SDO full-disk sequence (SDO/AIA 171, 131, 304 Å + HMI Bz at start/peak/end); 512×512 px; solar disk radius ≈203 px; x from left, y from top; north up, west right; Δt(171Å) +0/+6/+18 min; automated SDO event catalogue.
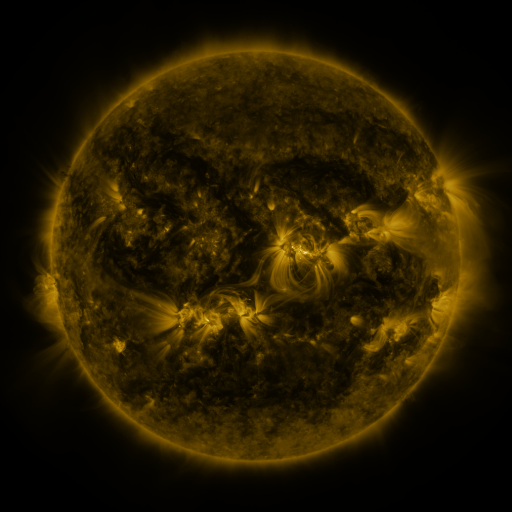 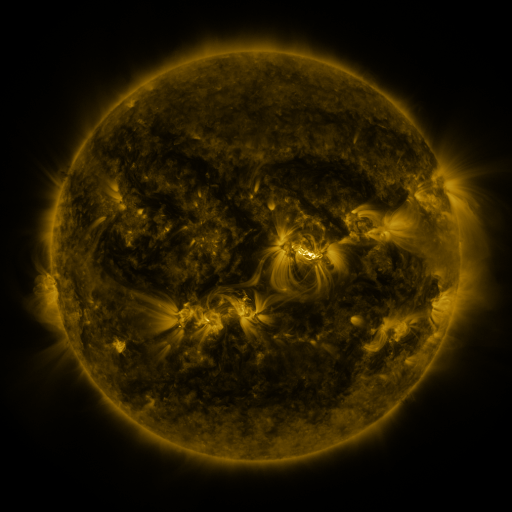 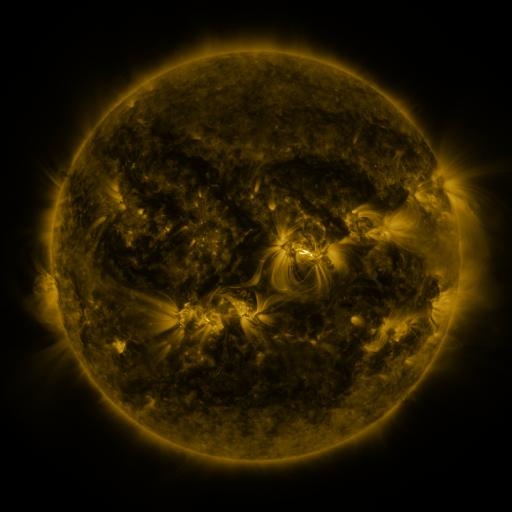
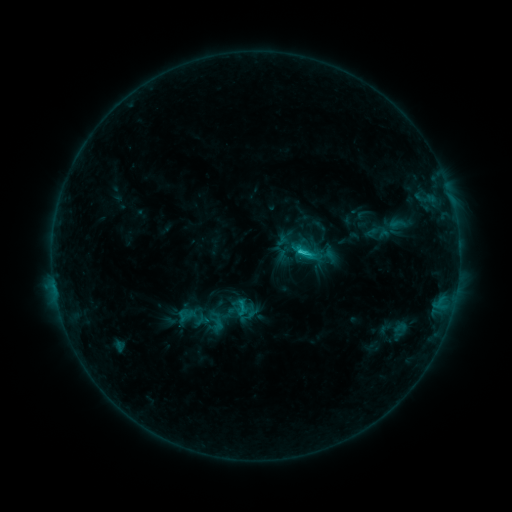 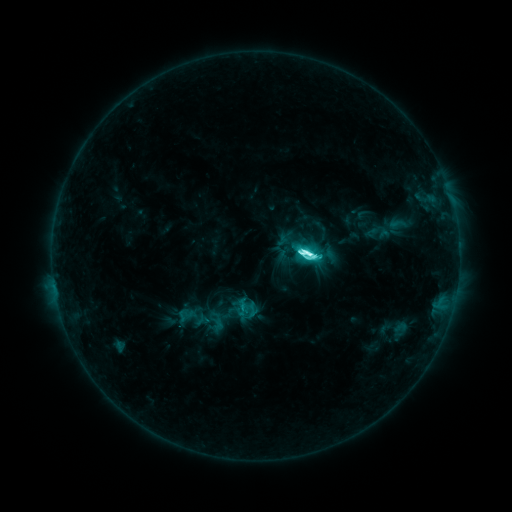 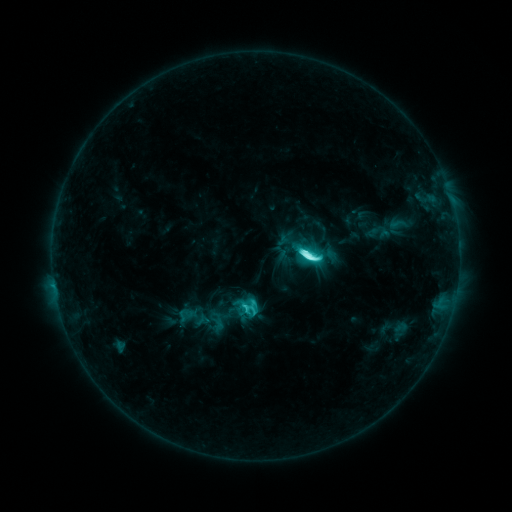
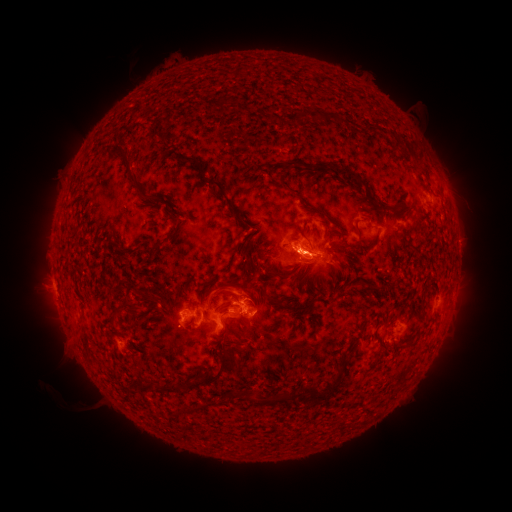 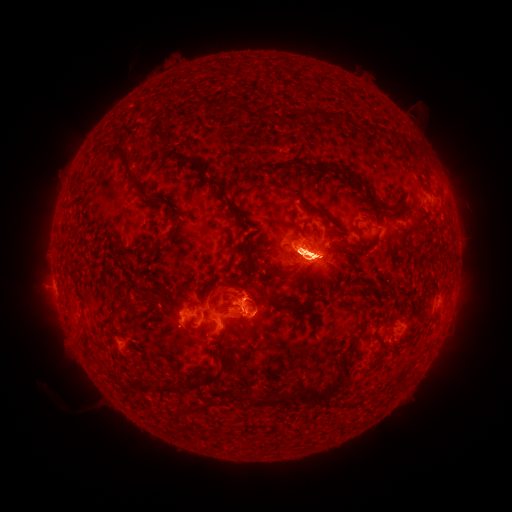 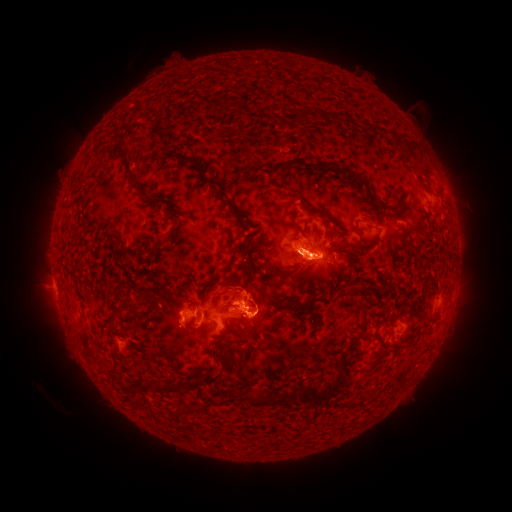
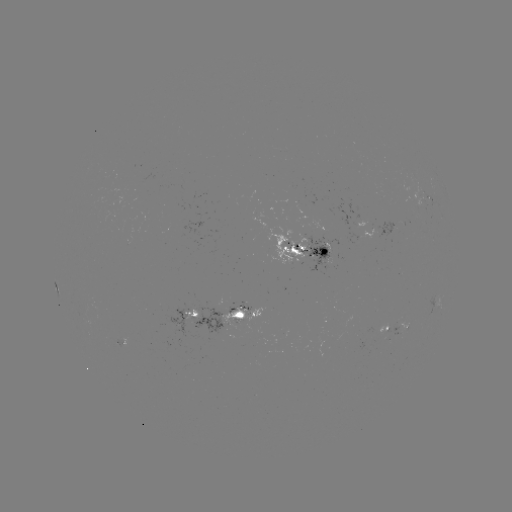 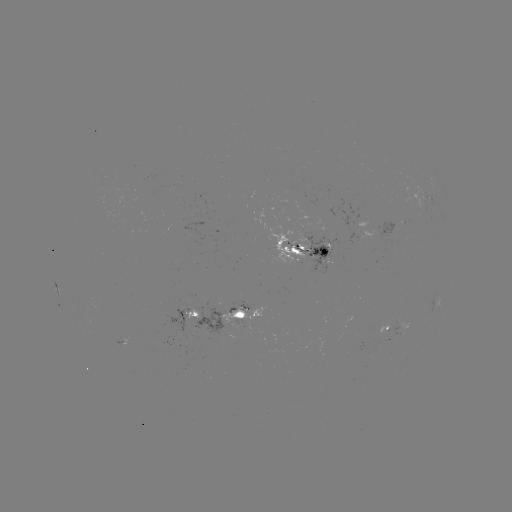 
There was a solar flare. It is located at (305, 255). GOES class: M2.5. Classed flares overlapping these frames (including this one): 1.